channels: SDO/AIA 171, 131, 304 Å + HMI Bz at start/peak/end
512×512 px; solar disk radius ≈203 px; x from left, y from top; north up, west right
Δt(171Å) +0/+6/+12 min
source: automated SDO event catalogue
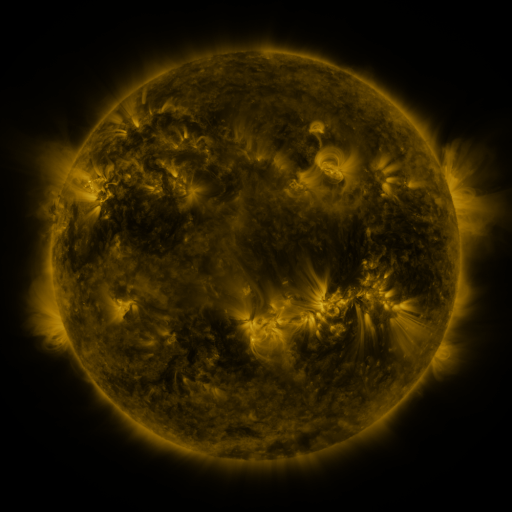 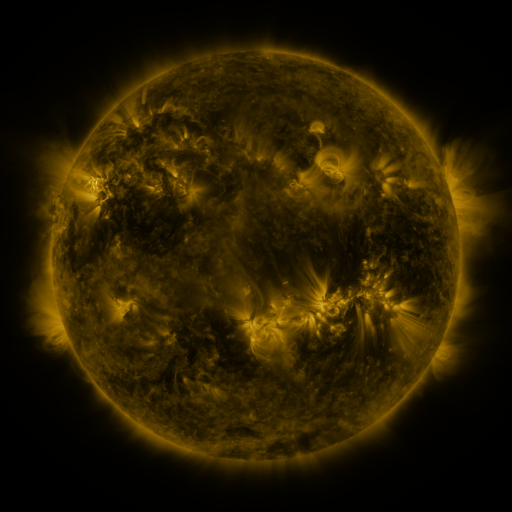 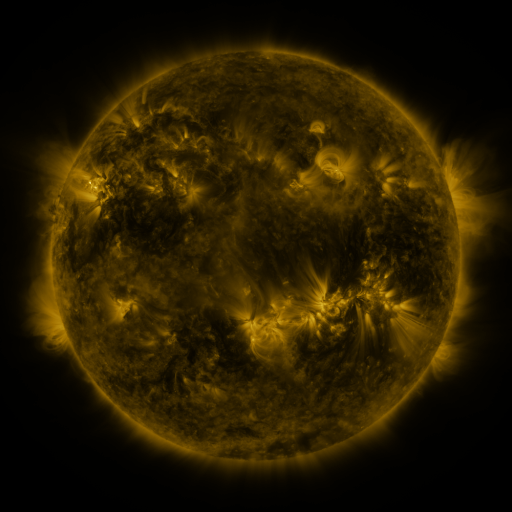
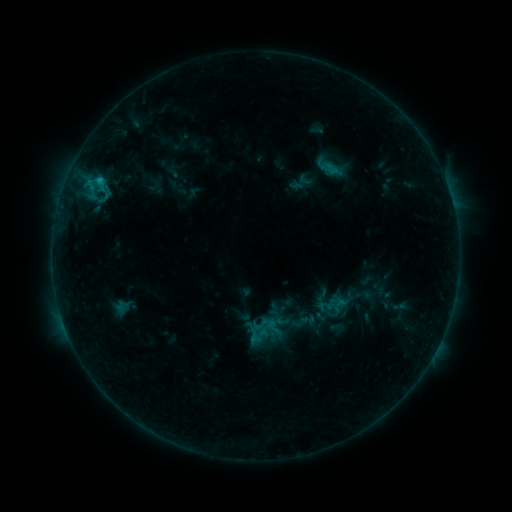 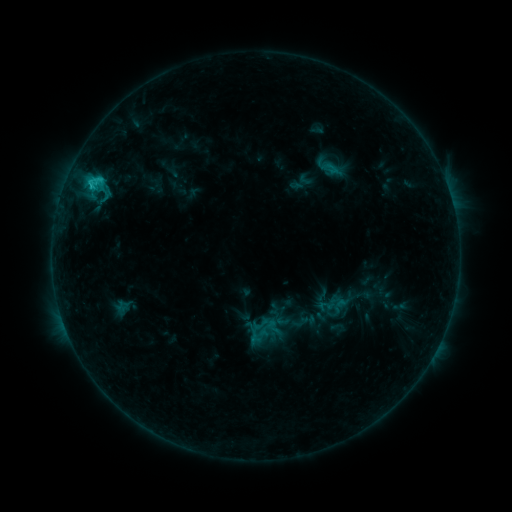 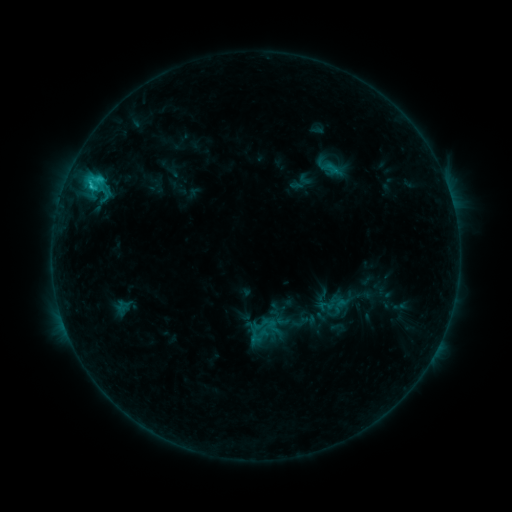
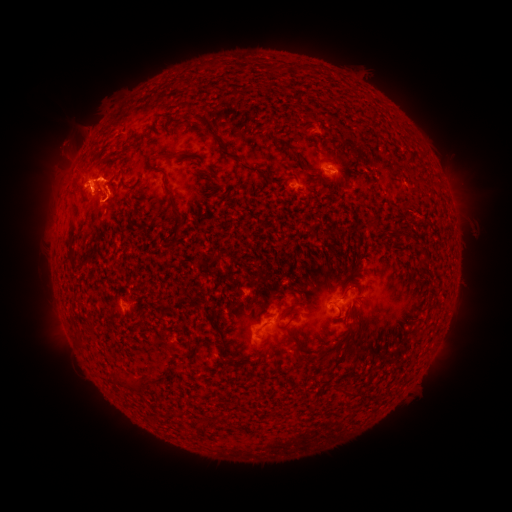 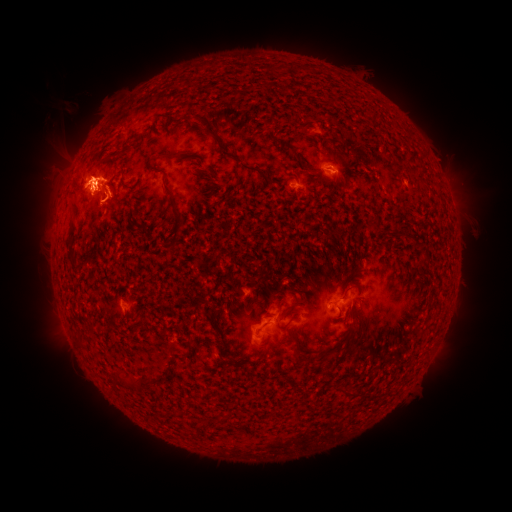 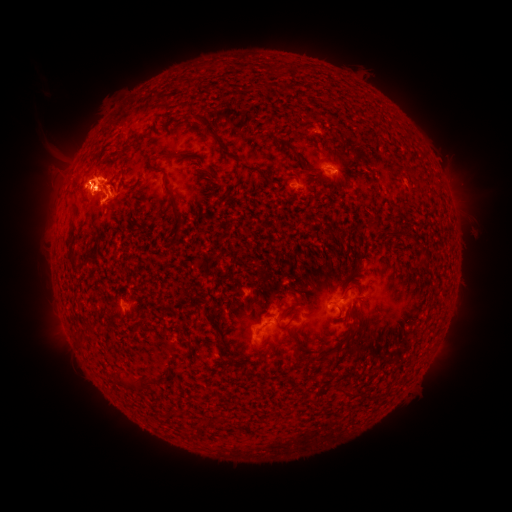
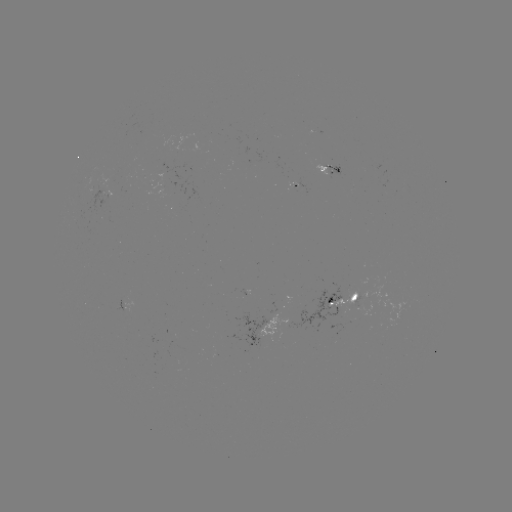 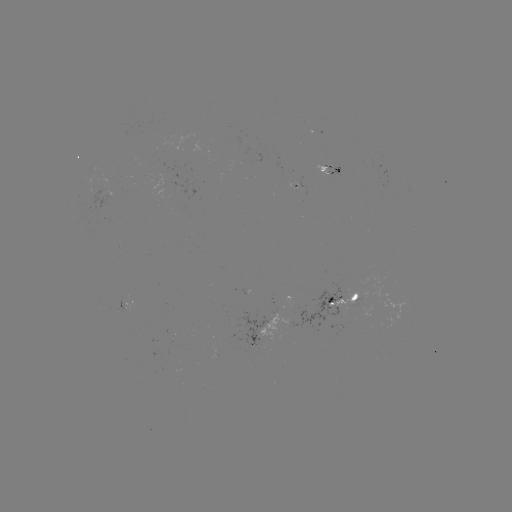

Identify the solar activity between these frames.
C2.0 flare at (91, 185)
